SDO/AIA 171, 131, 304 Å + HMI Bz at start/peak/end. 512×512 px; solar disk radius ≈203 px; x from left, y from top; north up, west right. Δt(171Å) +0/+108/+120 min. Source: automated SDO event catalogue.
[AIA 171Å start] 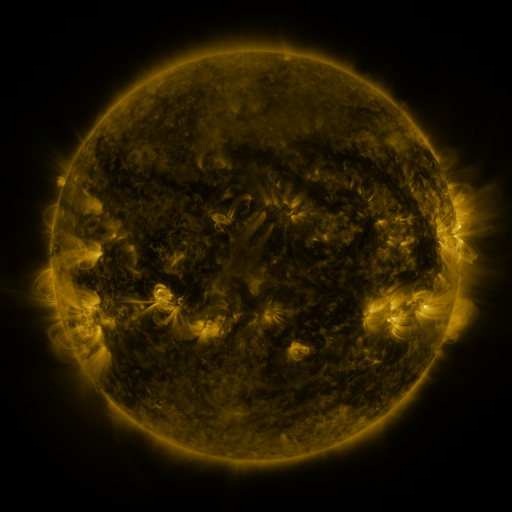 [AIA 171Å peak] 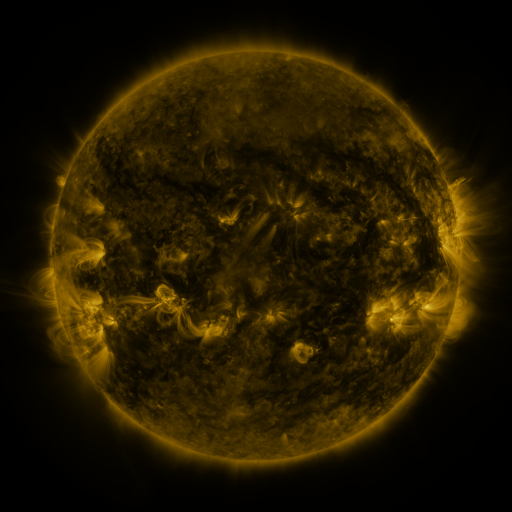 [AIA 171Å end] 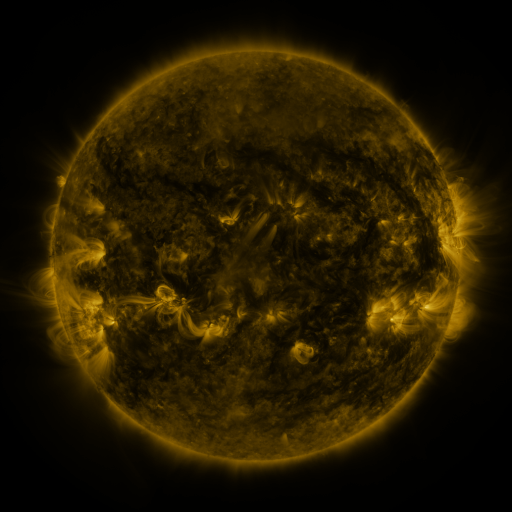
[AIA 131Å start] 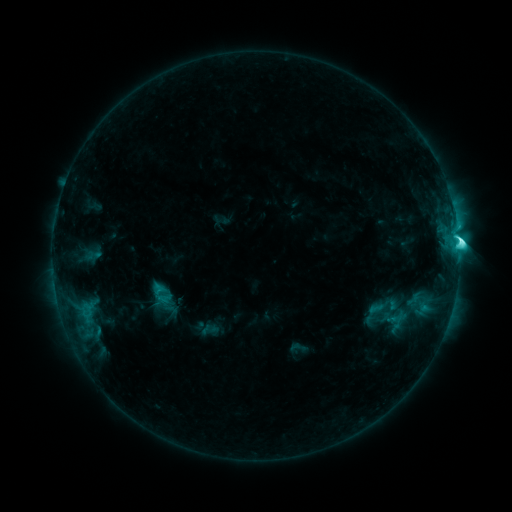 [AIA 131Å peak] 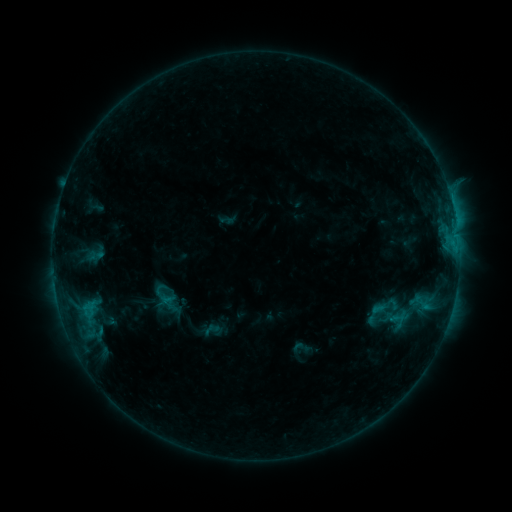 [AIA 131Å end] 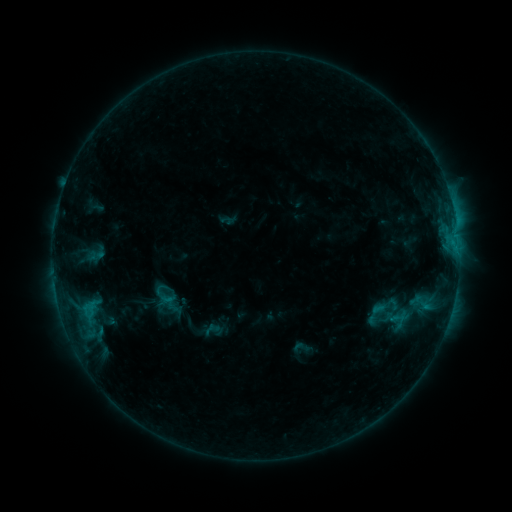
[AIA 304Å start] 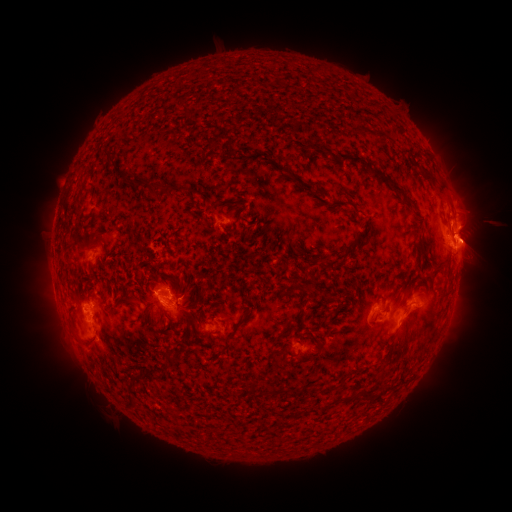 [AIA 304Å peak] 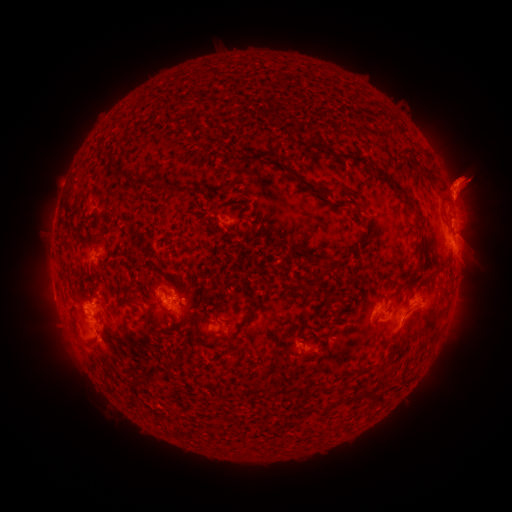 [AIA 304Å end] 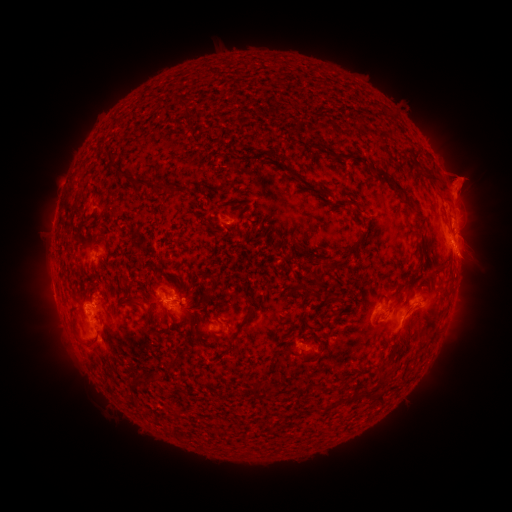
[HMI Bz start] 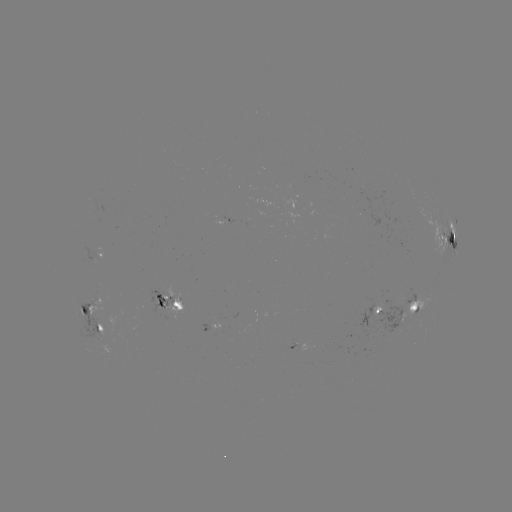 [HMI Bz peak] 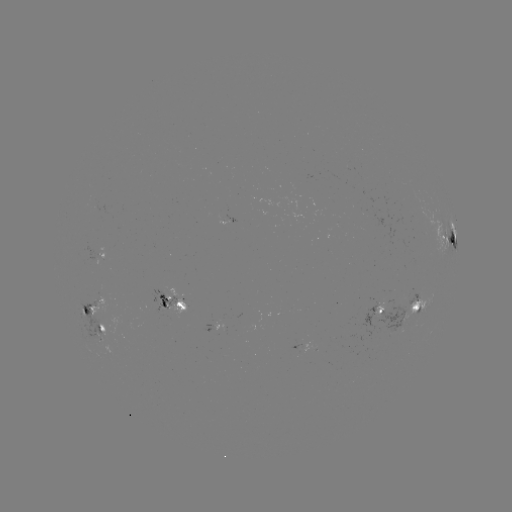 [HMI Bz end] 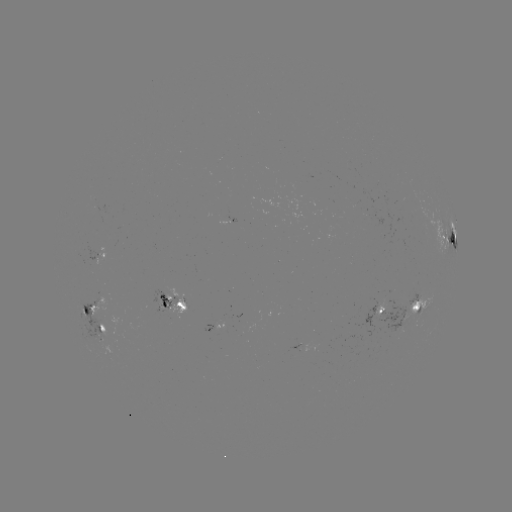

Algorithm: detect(emerging-flux region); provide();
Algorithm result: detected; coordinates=[417, 296]